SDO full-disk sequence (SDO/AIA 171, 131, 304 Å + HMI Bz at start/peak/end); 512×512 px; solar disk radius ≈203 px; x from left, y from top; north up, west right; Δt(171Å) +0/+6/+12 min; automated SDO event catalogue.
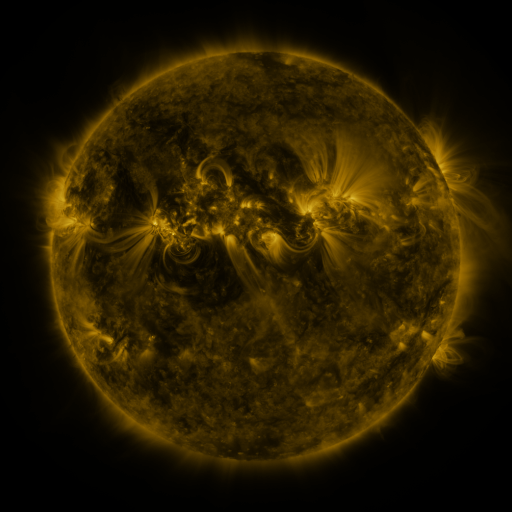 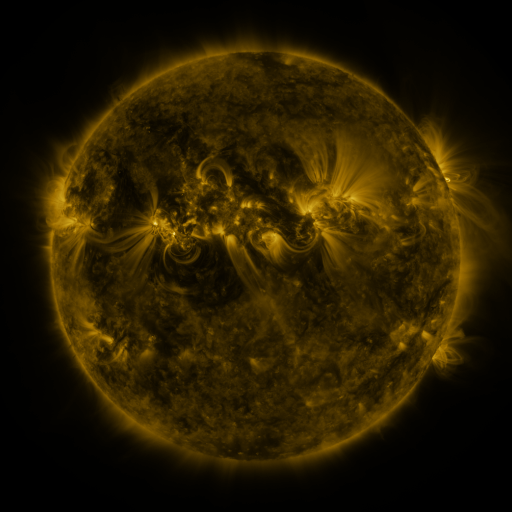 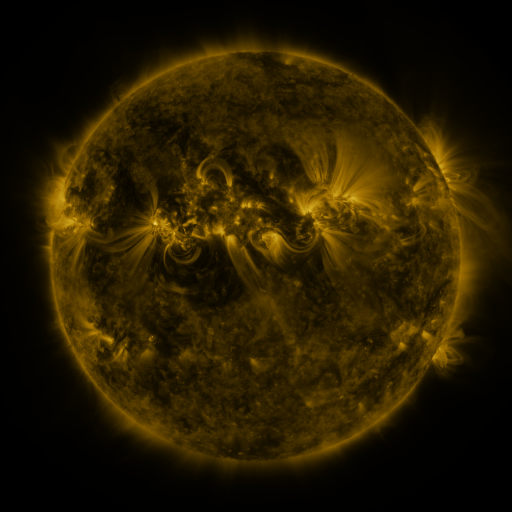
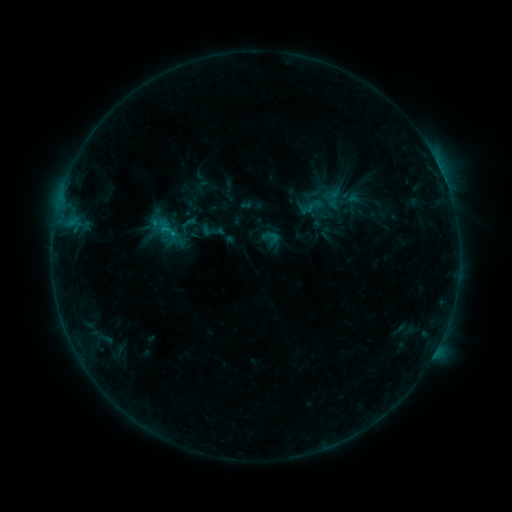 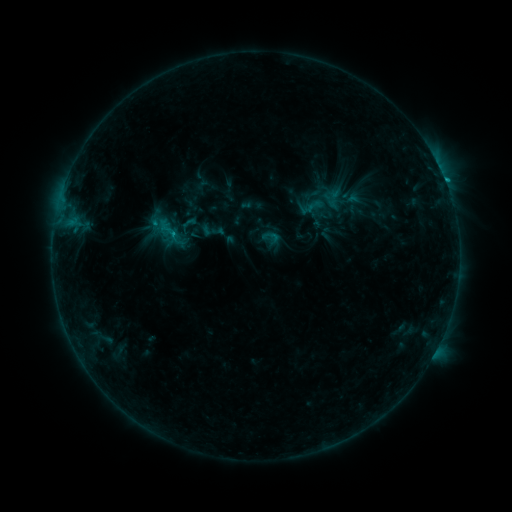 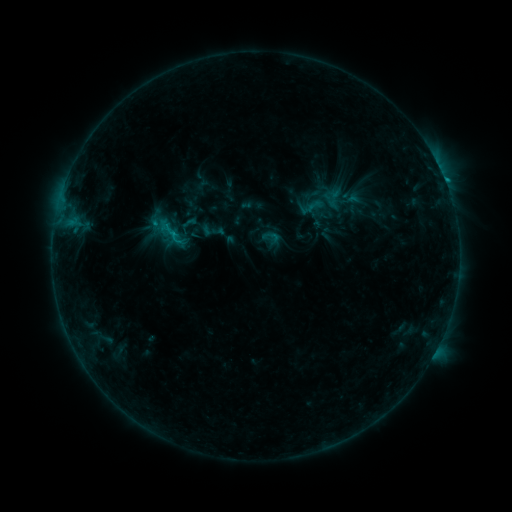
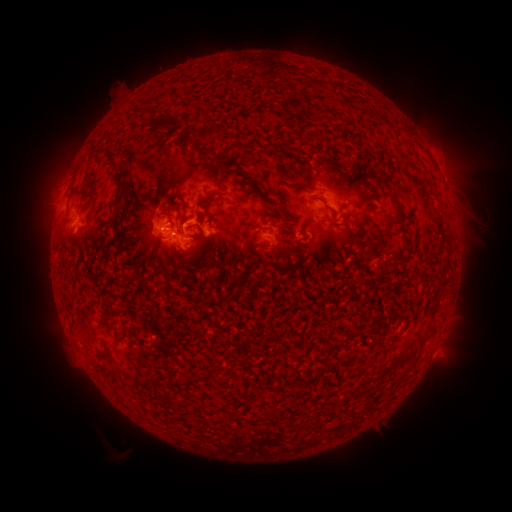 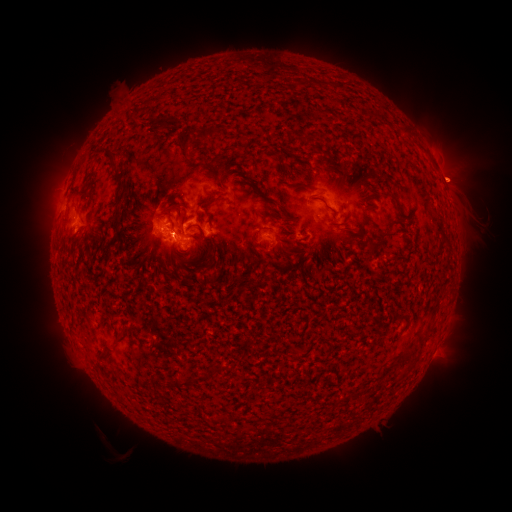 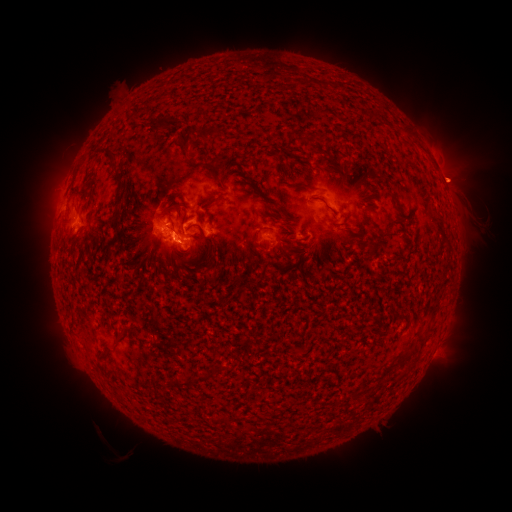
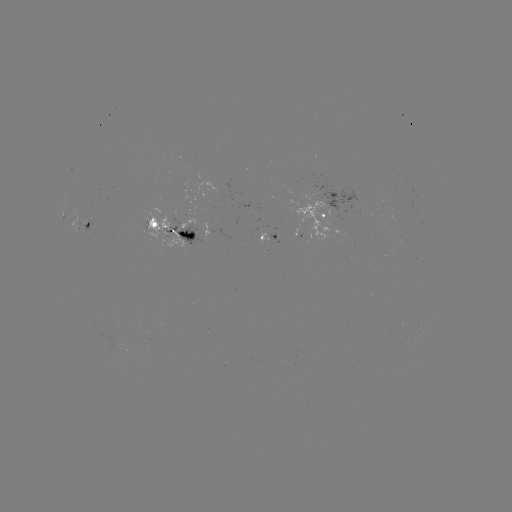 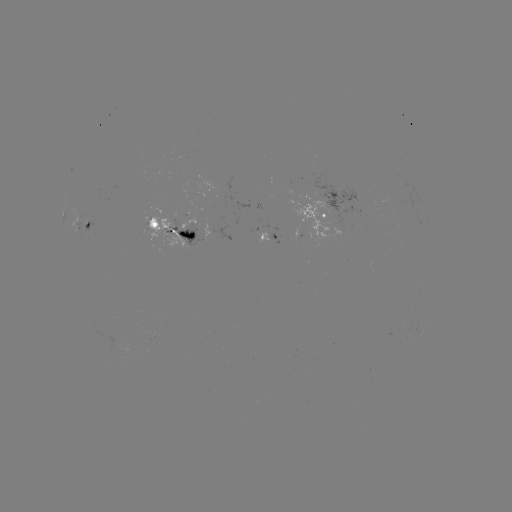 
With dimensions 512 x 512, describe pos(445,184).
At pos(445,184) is C1.8 flare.